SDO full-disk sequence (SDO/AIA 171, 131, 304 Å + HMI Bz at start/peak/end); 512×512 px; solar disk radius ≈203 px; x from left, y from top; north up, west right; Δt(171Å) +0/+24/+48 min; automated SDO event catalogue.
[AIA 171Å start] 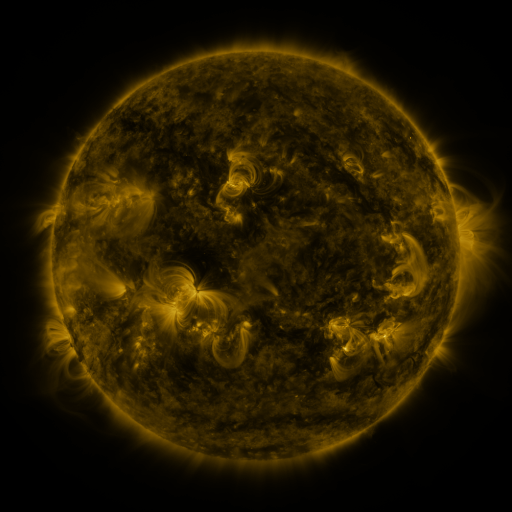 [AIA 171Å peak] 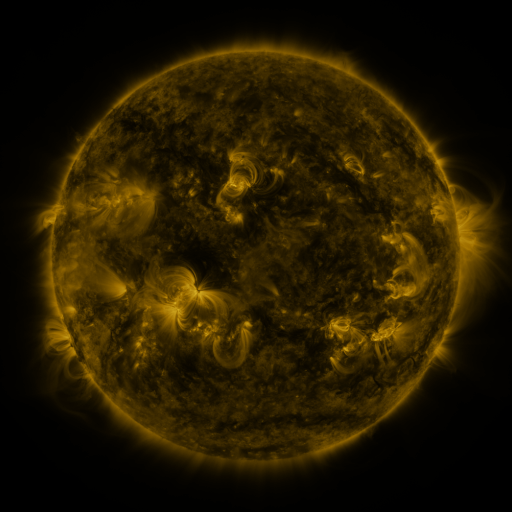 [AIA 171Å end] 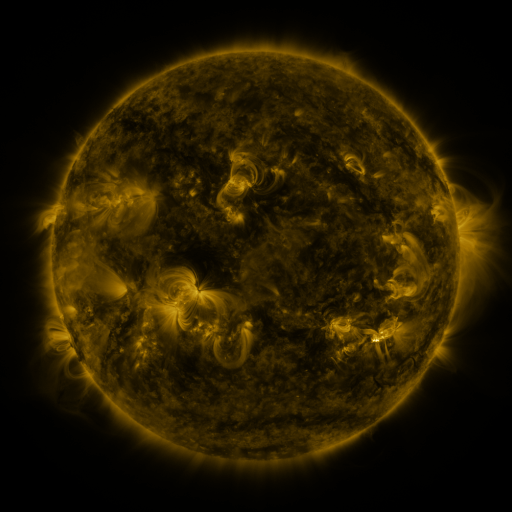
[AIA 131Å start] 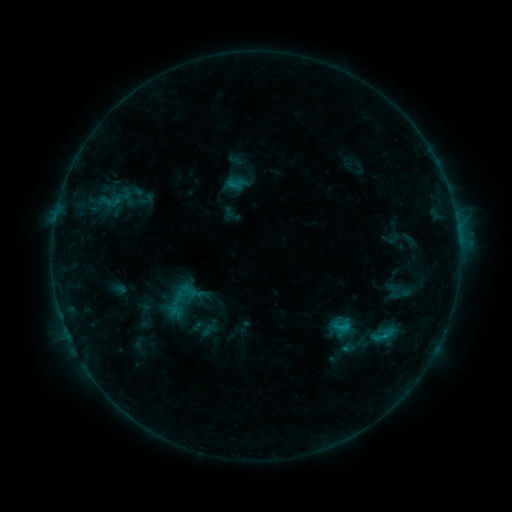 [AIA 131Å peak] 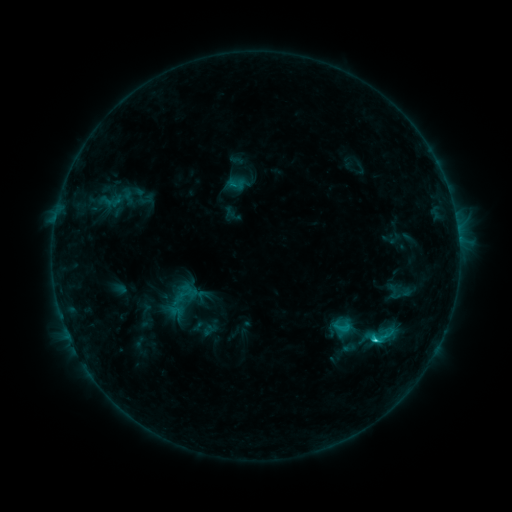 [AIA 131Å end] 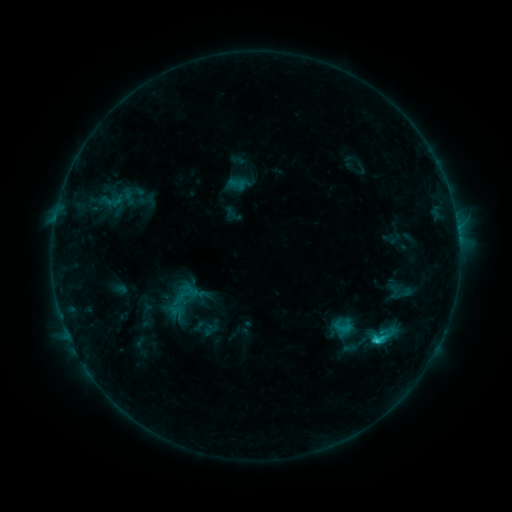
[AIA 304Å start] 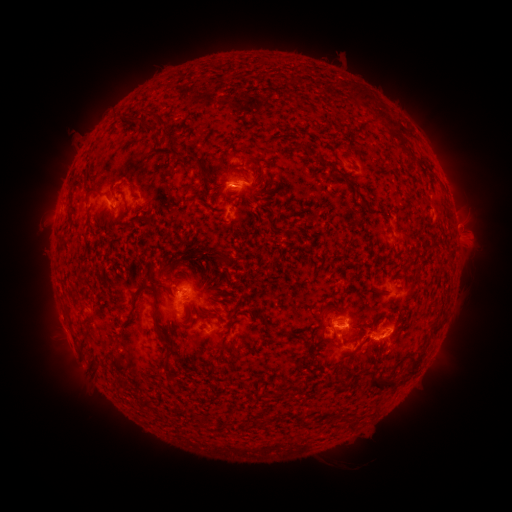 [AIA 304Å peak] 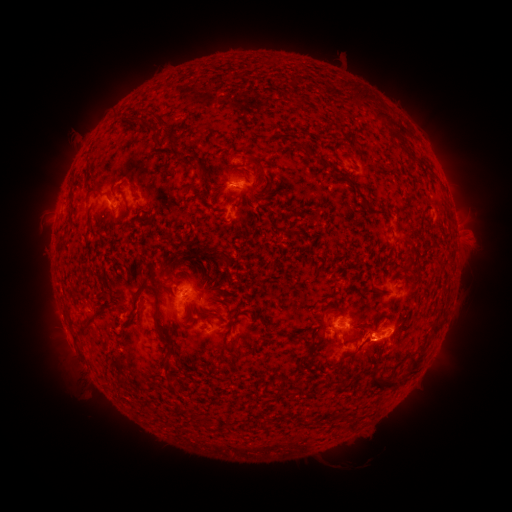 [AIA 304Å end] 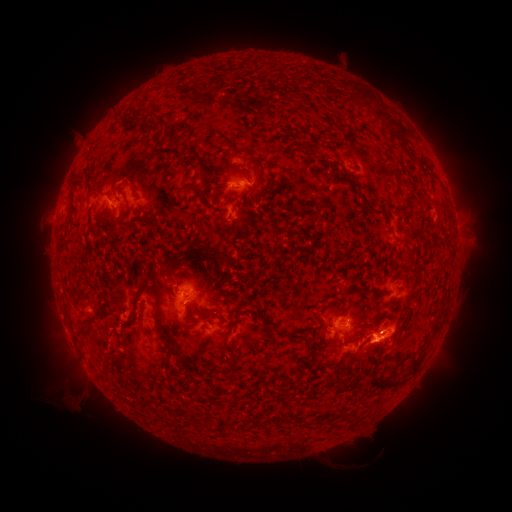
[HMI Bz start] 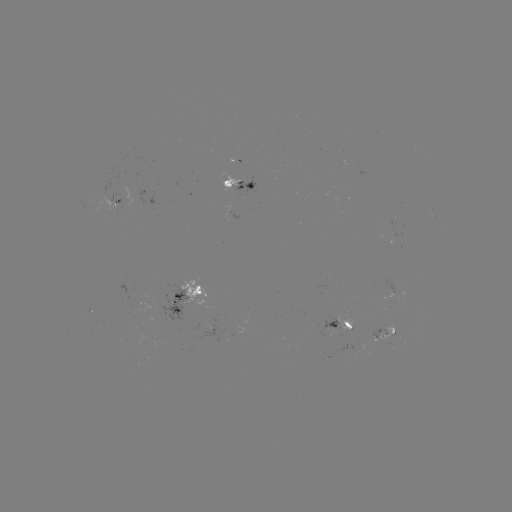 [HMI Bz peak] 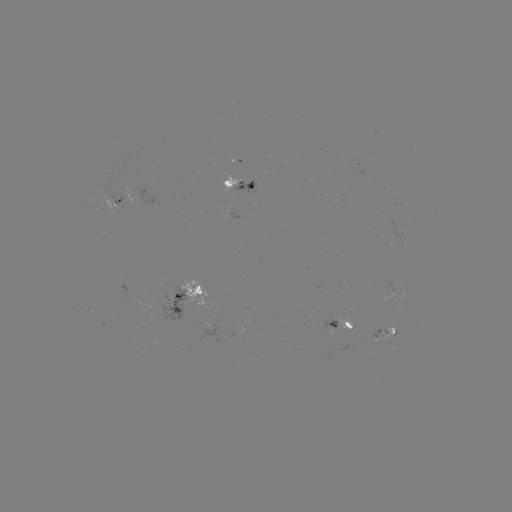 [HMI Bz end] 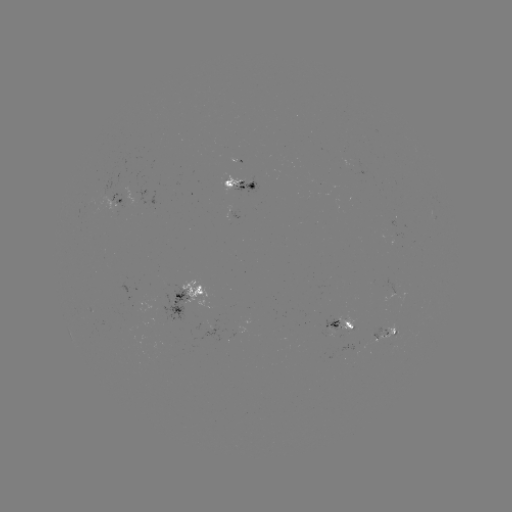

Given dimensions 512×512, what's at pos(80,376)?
eruption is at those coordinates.